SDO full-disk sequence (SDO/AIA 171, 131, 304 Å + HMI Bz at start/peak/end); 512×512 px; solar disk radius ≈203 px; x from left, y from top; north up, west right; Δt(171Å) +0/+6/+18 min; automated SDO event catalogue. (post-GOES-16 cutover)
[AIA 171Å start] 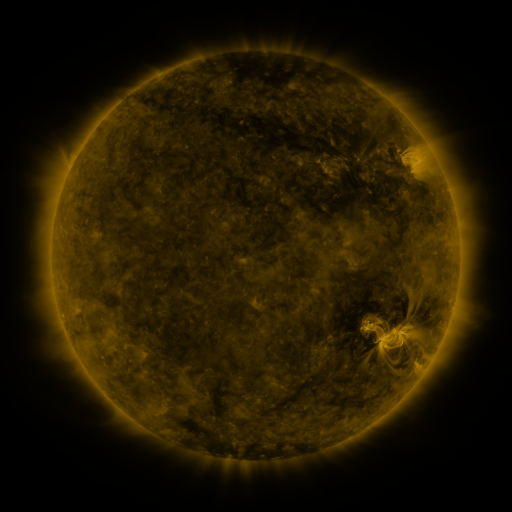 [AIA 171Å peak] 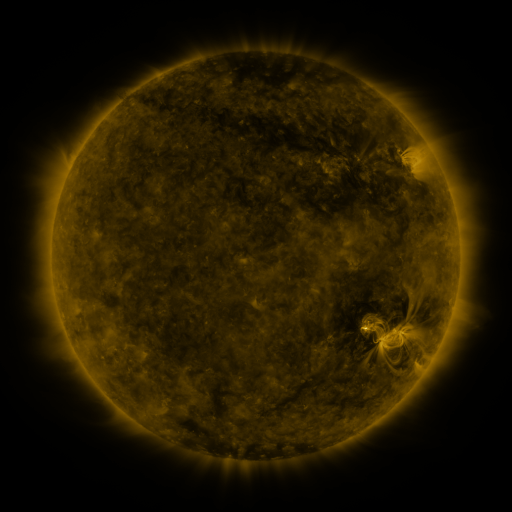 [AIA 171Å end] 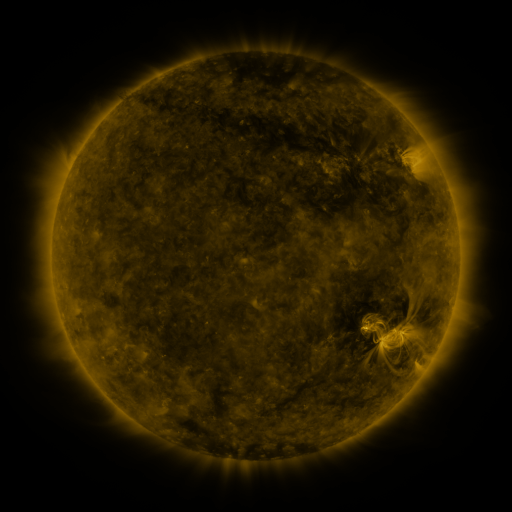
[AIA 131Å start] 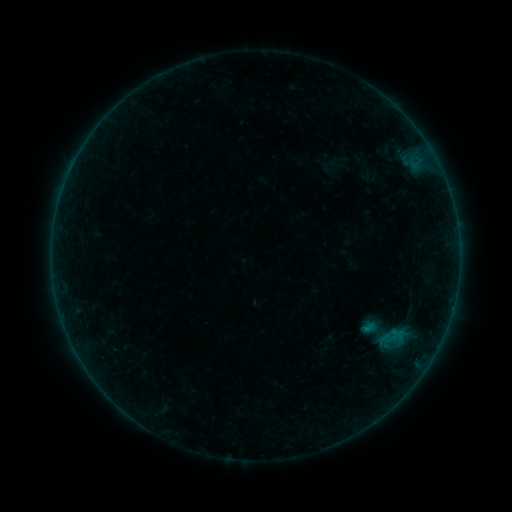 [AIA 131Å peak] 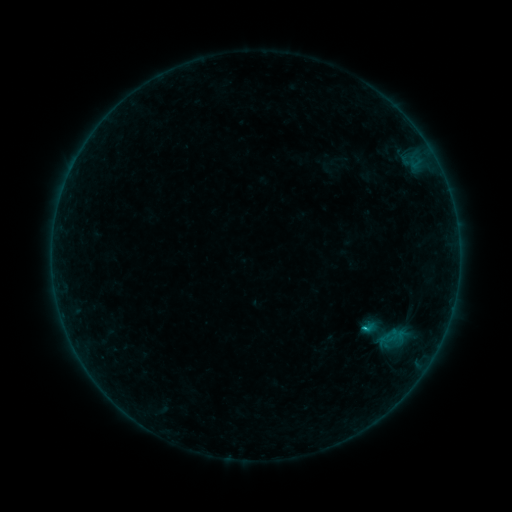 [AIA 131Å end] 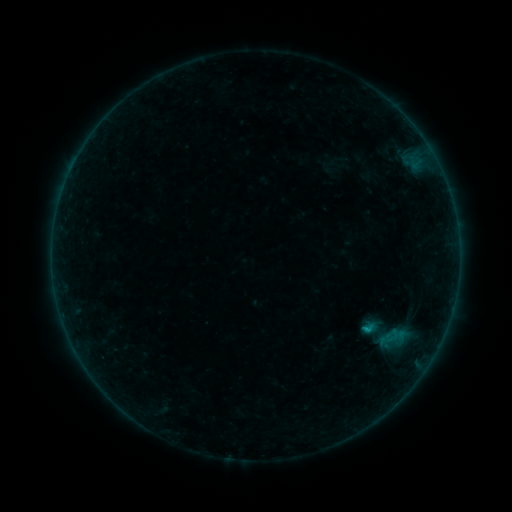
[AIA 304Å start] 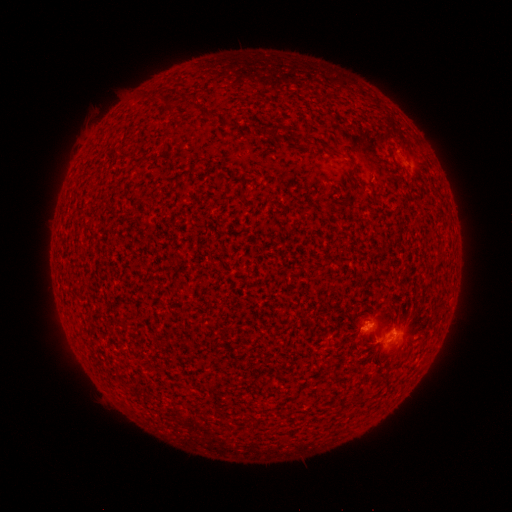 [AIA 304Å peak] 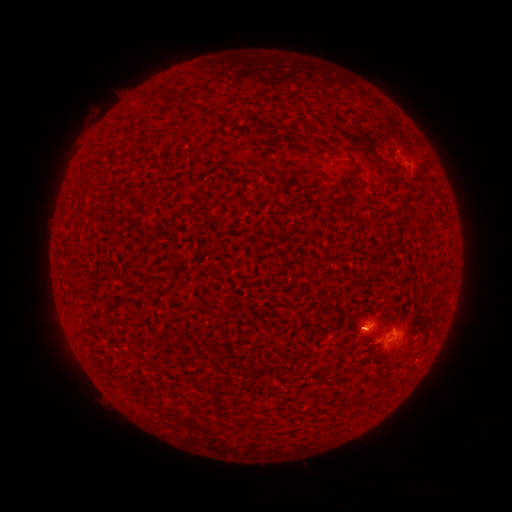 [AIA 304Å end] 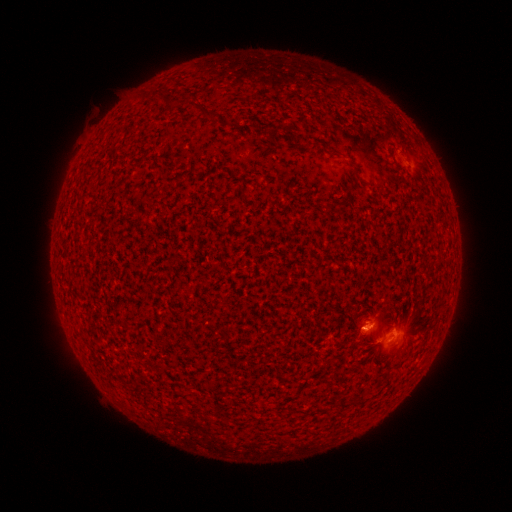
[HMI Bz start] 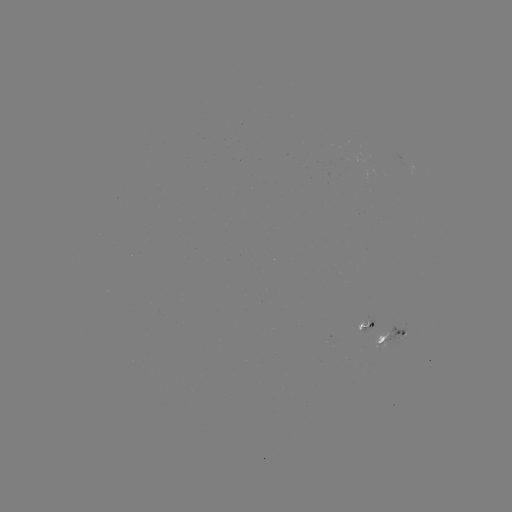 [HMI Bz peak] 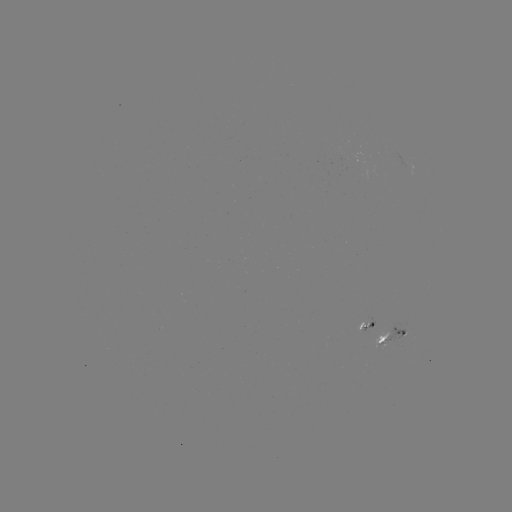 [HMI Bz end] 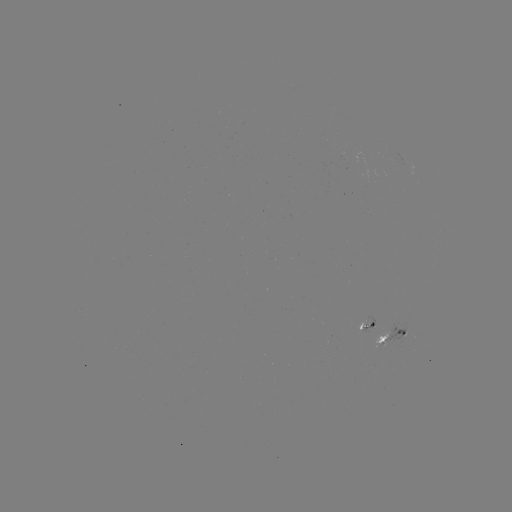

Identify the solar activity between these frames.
B8.9 flare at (365, 328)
